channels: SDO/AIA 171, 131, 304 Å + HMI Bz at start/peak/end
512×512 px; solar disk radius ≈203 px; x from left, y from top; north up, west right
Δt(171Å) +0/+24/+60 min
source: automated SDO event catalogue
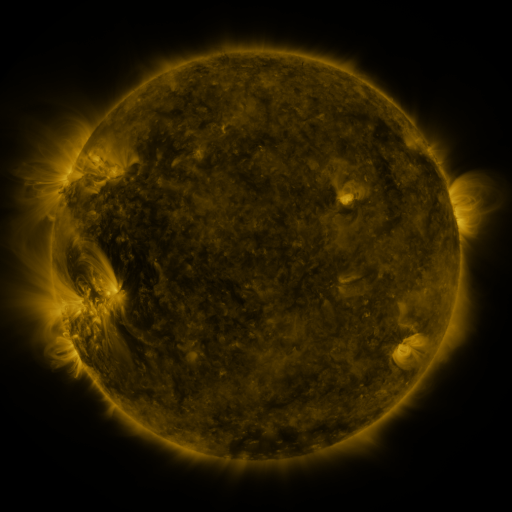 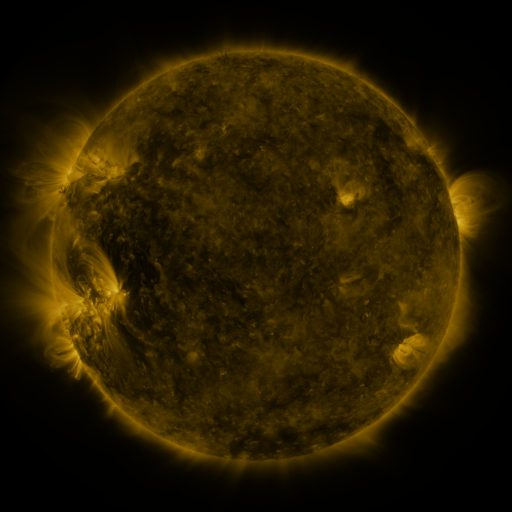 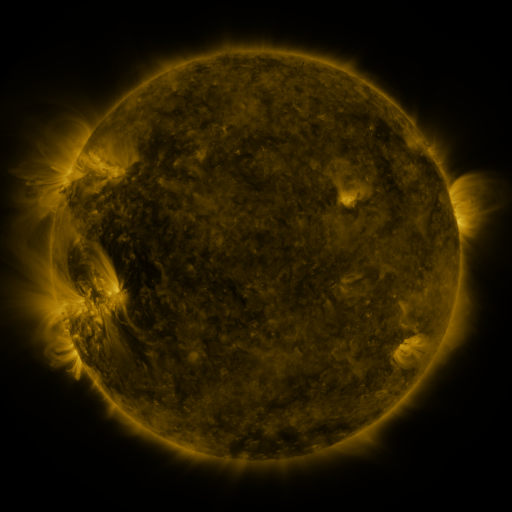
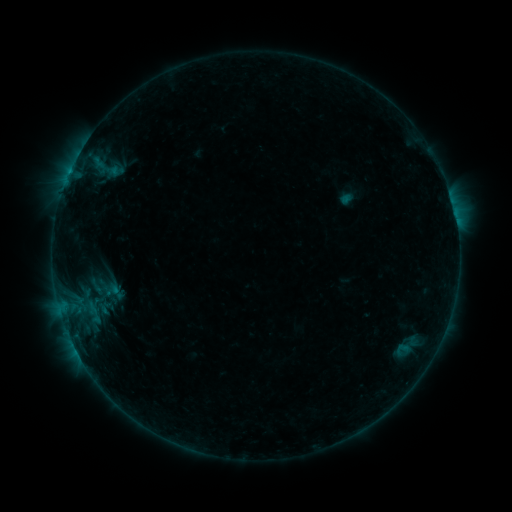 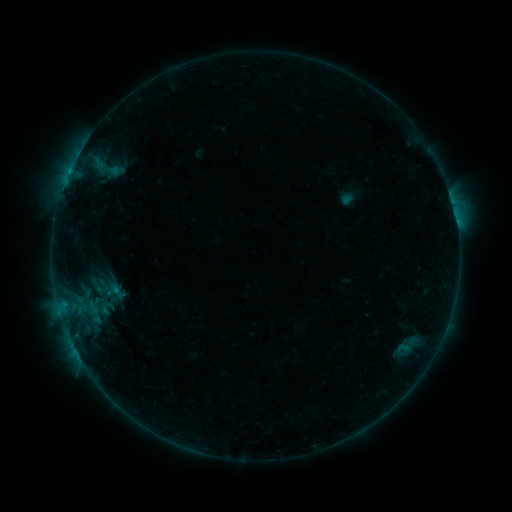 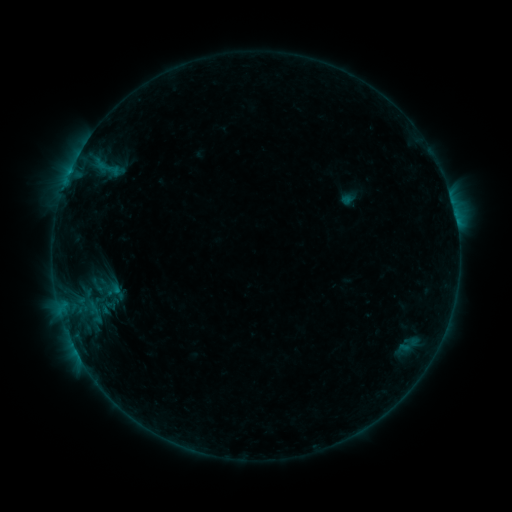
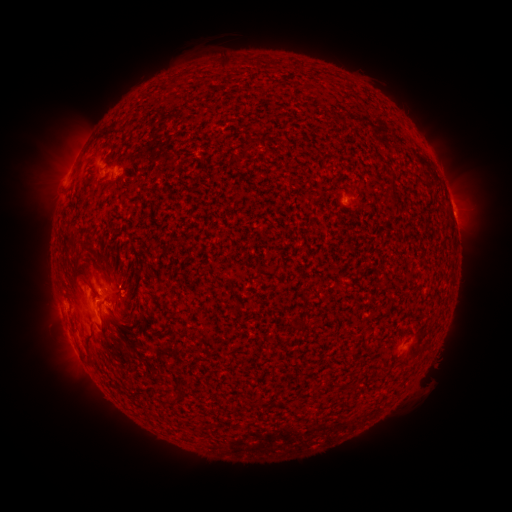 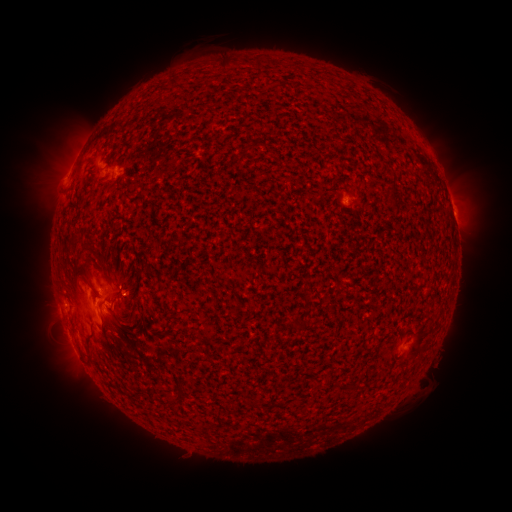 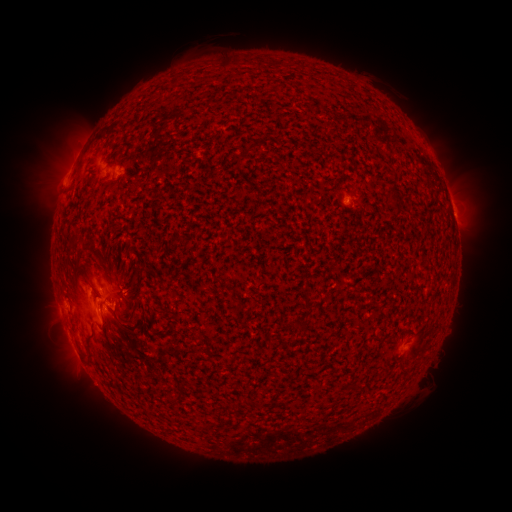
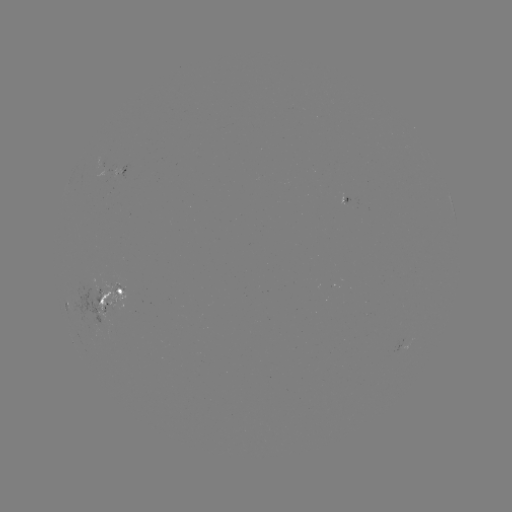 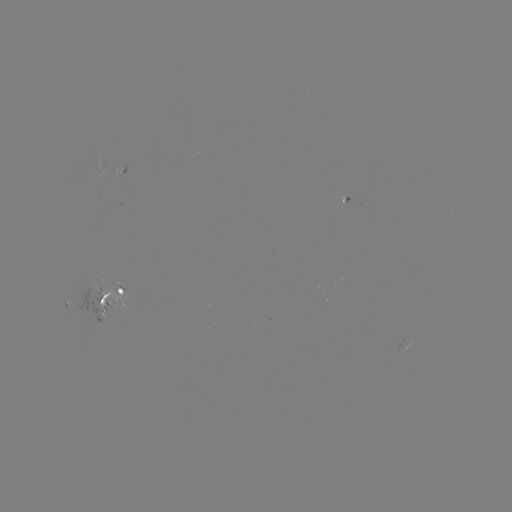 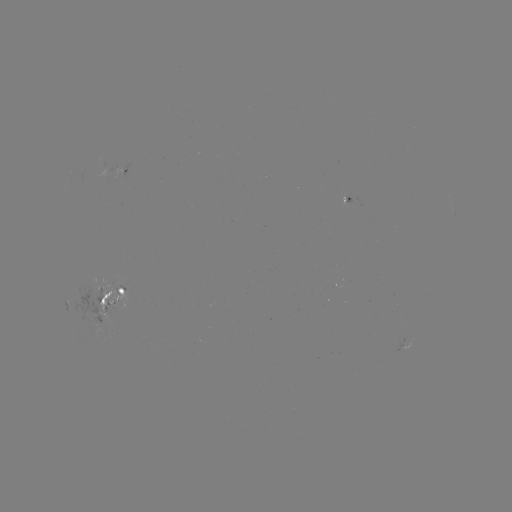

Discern emerging-flux region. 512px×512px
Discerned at [116, 293].